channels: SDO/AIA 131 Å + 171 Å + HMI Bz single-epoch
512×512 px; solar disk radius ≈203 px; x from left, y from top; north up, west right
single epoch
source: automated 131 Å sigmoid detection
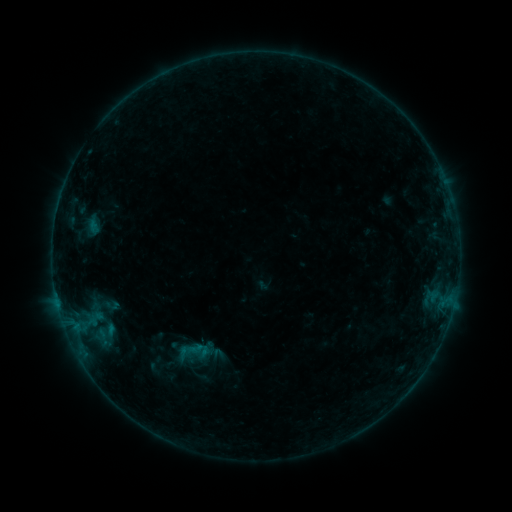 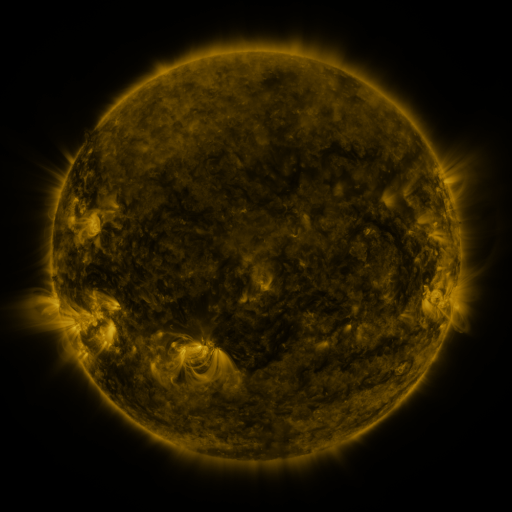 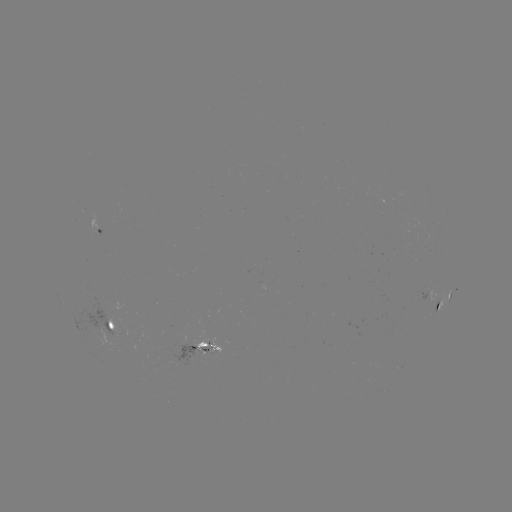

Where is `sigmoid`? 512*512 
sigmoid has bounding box [170, 332, 215, 370].